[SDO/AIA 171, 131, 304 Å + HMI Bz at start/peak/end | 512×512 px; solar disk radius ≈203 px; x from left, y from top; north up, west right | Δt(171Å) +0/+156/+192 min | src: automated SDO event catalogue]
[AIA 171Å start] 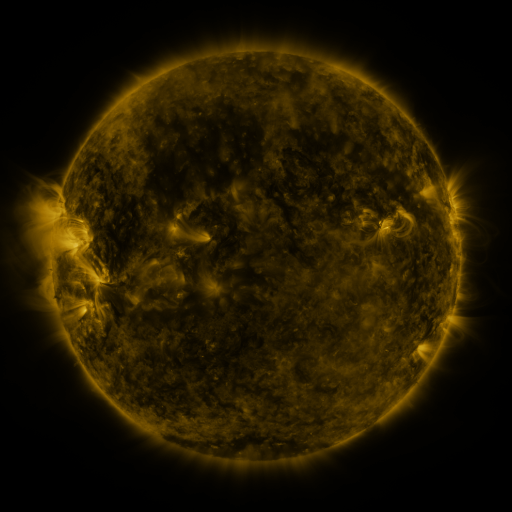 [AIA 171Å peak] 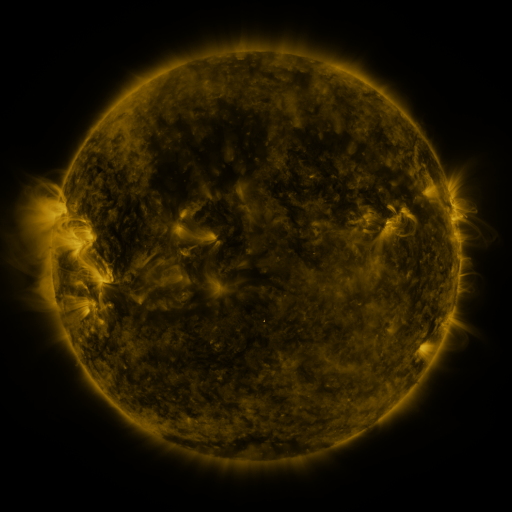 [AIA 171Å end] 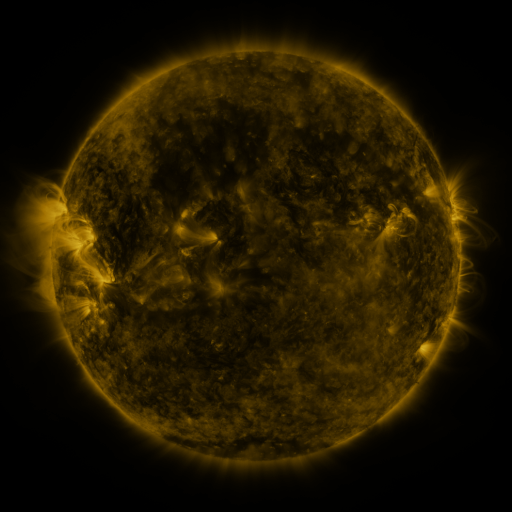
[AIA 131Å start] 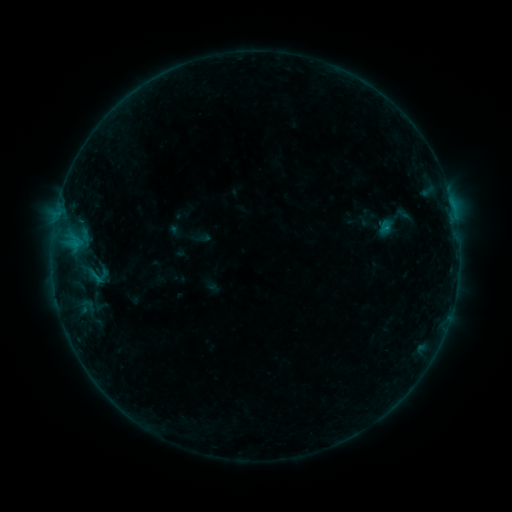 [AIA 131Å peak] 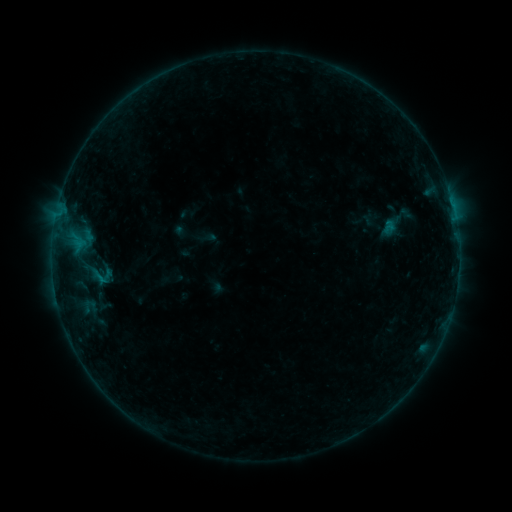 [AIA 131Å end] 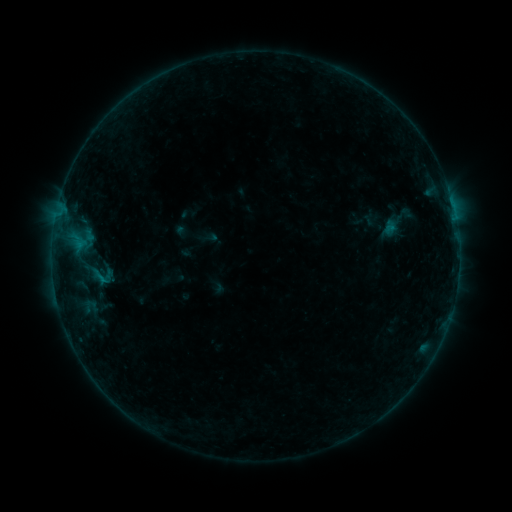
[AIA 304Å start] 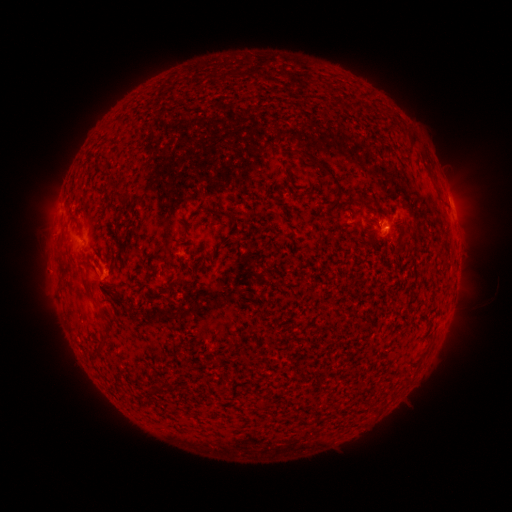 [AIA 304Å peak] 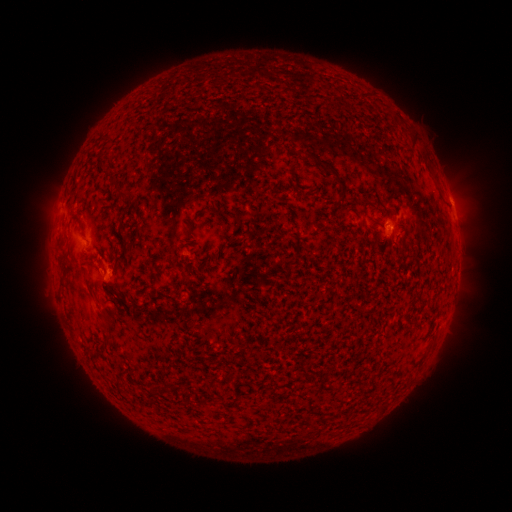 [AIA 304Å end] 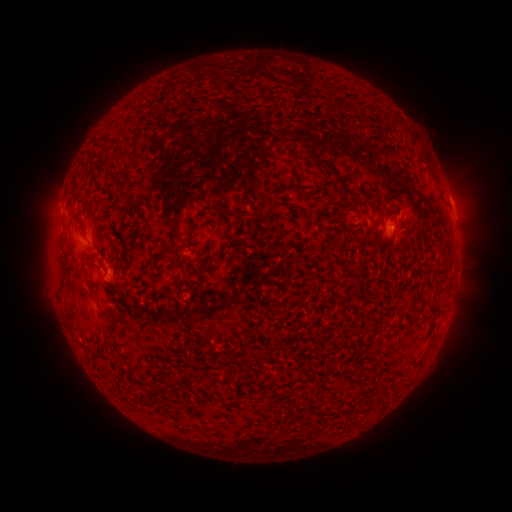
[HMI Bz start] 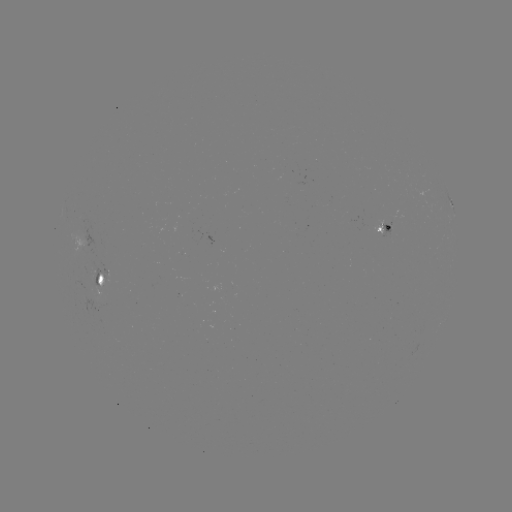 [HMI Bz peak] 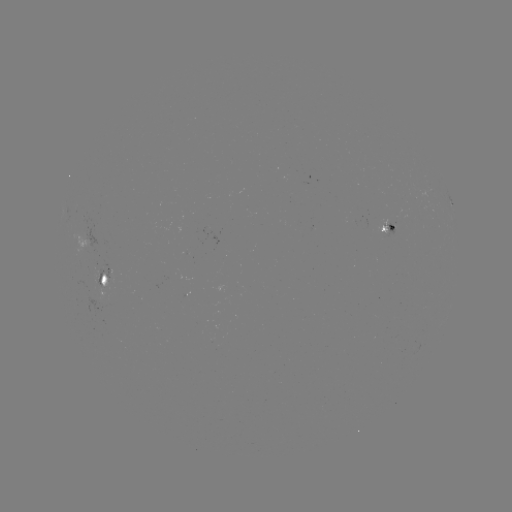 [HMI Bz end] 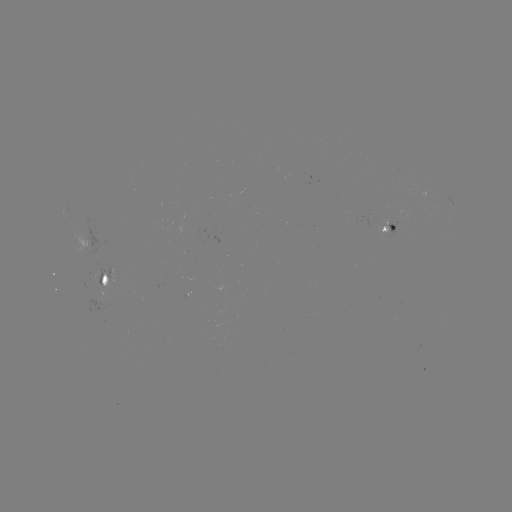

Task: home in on emerging-flux region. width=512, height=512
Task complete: [393, 227].